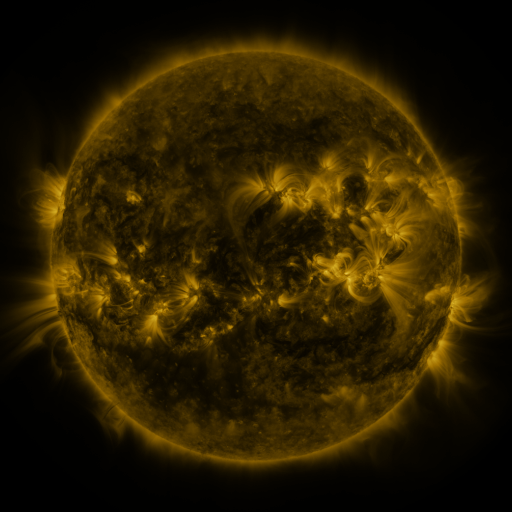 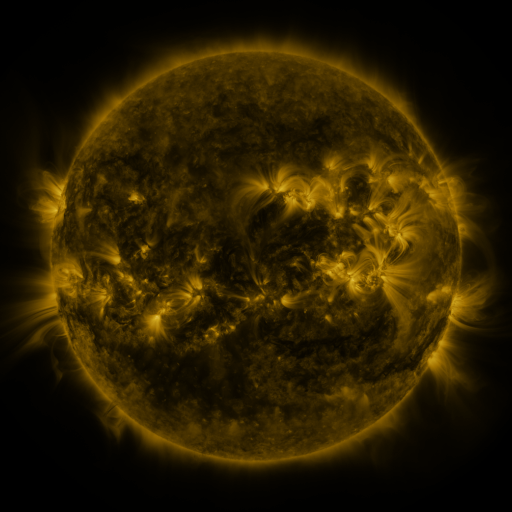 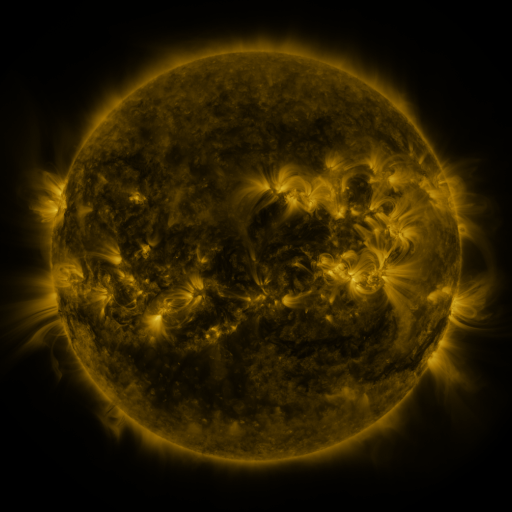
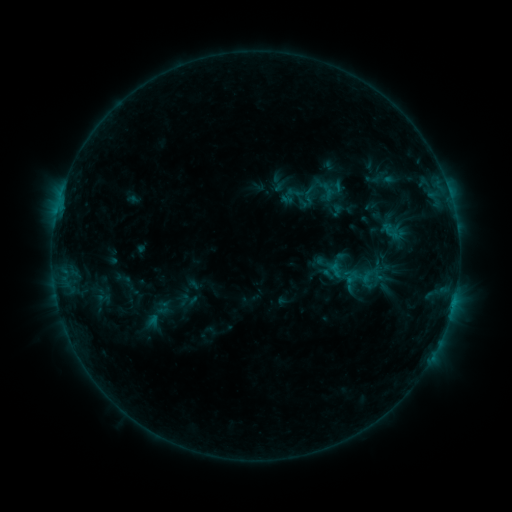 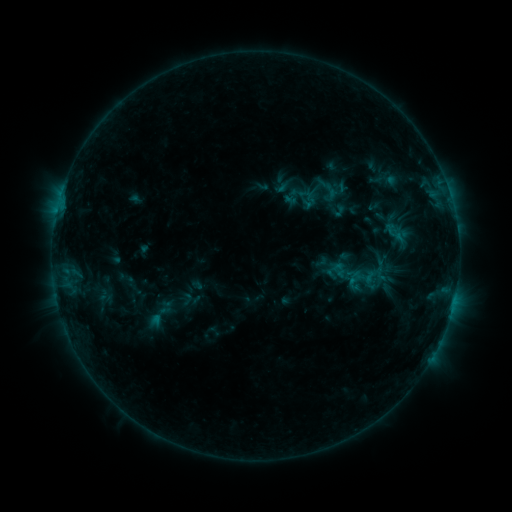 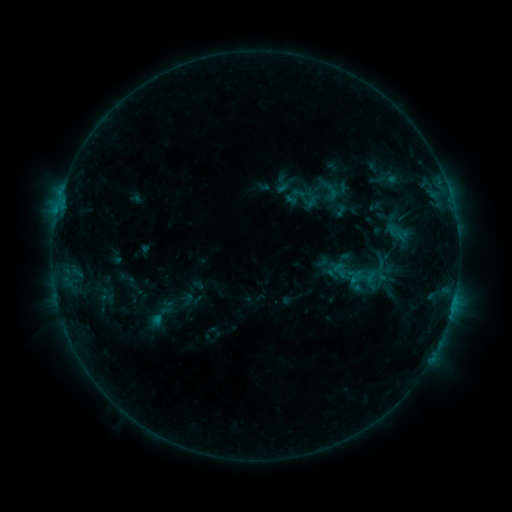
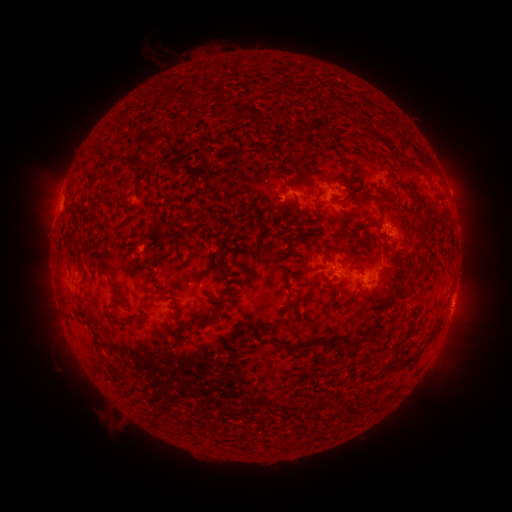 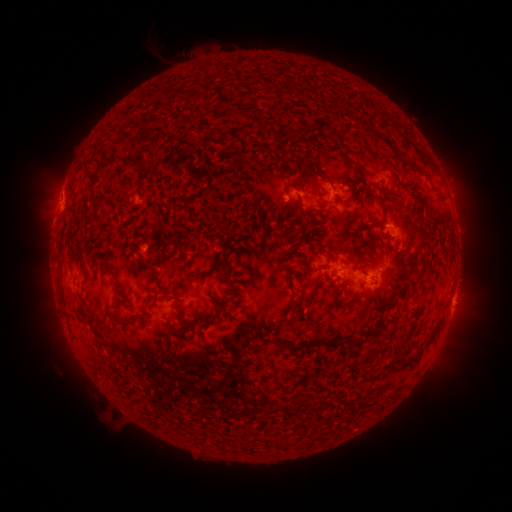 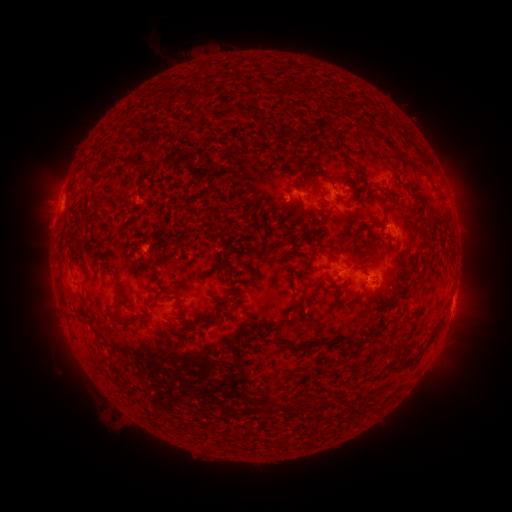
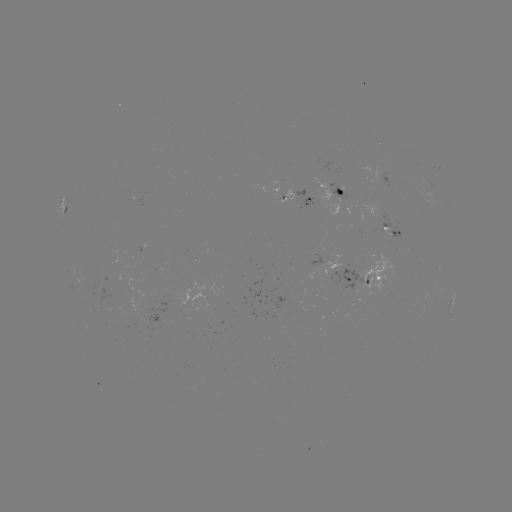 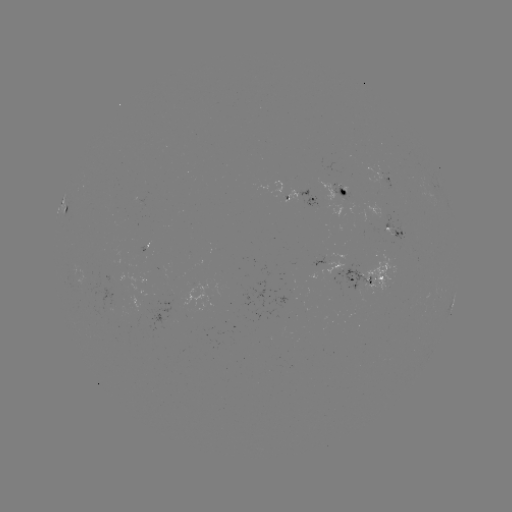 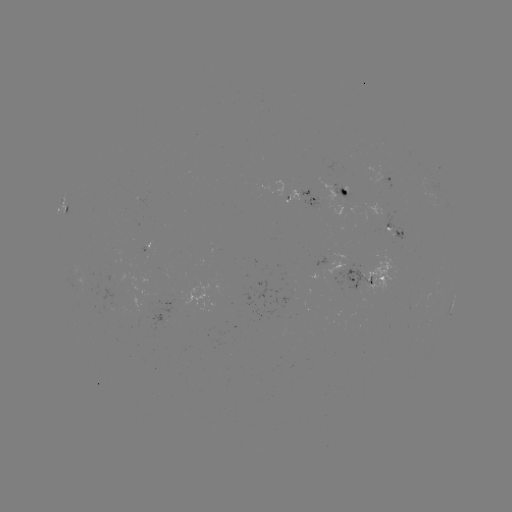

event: emerging-flux region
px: (370, 217)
